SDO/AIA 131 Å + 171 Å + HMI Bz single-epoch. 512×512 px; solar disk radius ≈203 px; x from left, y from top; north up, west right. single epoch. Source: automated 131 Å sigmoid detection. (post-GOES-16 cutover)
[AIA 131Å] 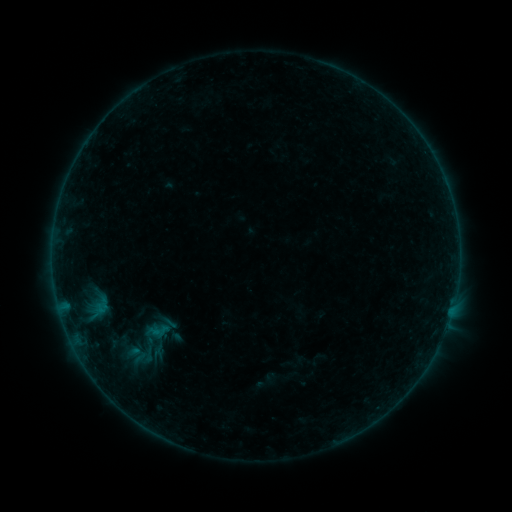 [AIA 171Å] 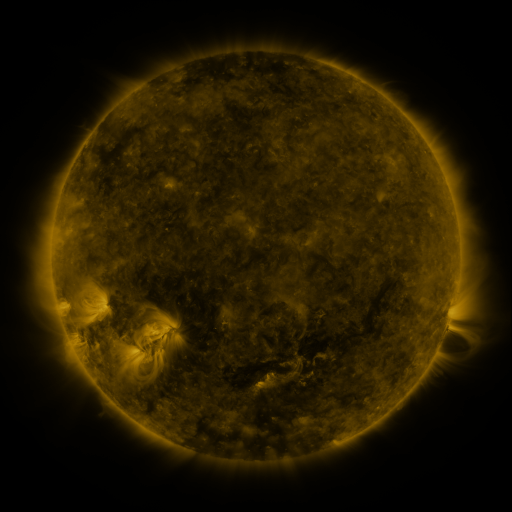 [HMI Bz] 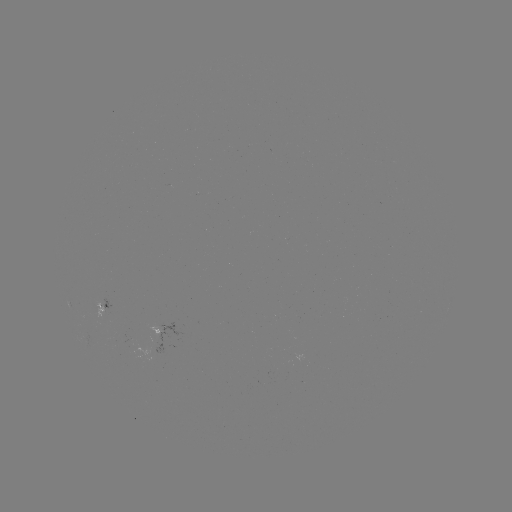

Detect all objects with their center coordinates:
sigmoid: [103, 317, 188, 370]
